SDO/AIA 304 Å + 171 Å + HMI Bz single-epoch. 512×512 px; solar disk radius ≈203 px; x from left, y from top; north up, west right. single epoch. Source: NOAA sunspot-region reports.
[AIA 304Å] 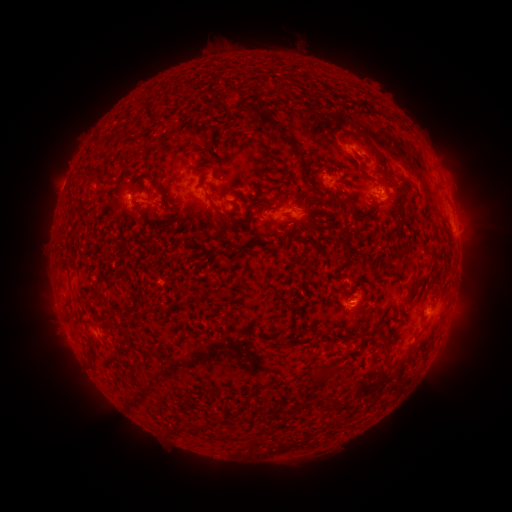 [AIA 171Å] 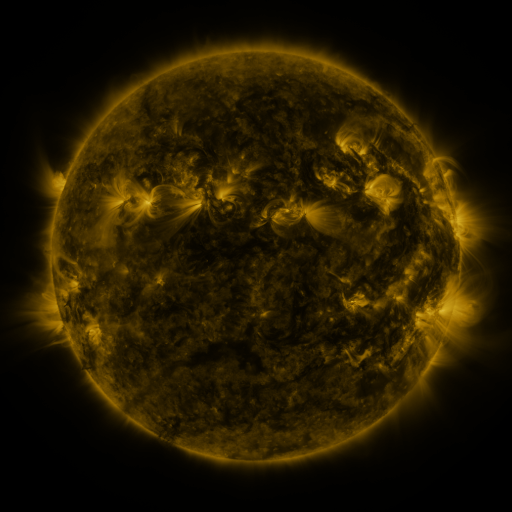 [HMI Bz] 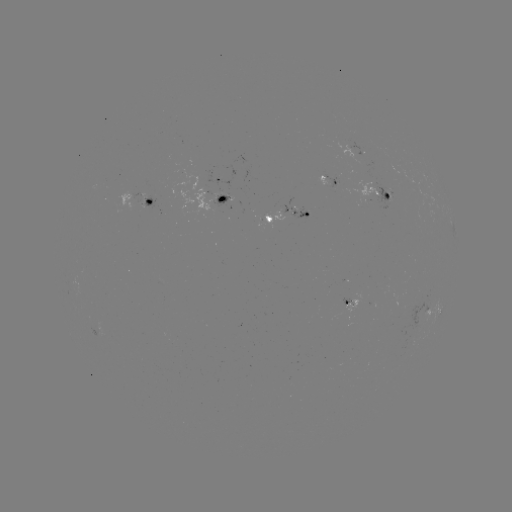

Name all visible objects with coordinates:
spotted active region: (364, 151)
spotted active region: (218, 179)
spotted active region: (329, 180)
spotted active region: (380, 191)
spotted active region: (224, 199)
spotted active region: (152, 202)
spotted active region: (287, 213)
spotted active region: (348, 304)
spotted active region: (436, 309)
